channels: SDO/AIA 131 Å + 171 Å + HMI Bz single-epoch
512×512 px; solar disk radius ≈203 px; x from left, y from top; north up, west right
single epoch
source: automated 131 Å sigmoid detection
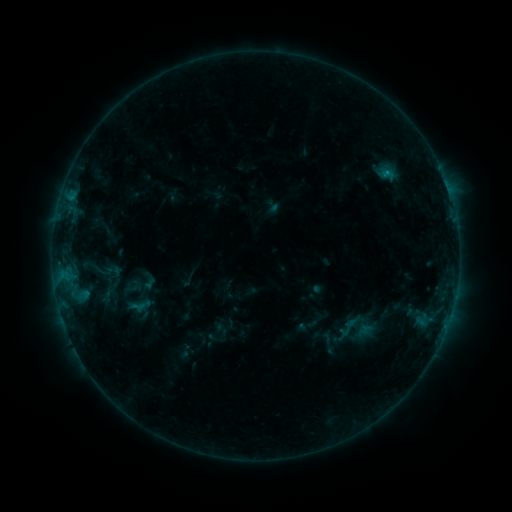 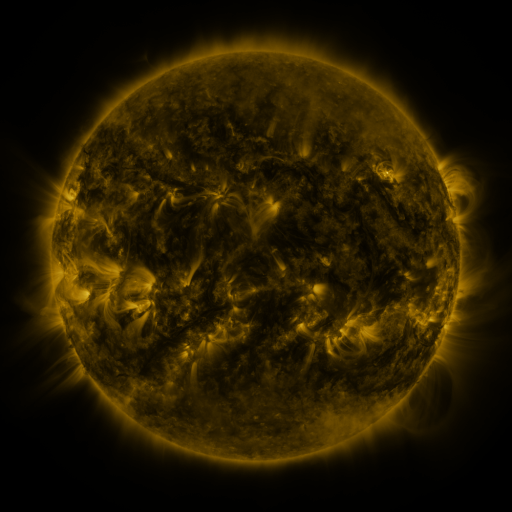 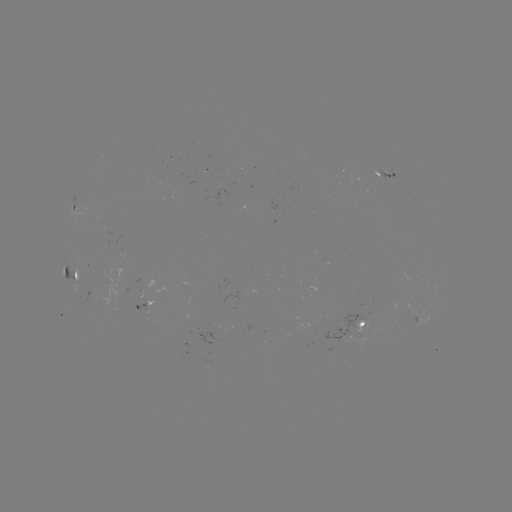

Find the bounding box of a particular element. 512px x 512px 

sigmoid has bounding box [137, 271, 161, 291].